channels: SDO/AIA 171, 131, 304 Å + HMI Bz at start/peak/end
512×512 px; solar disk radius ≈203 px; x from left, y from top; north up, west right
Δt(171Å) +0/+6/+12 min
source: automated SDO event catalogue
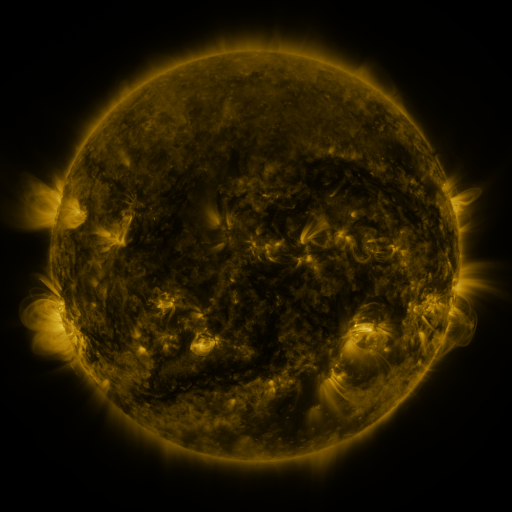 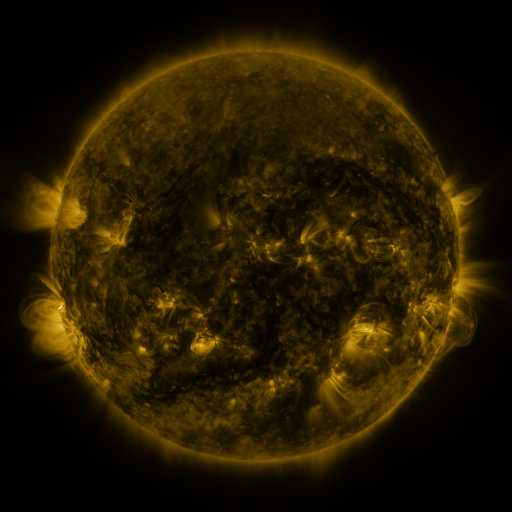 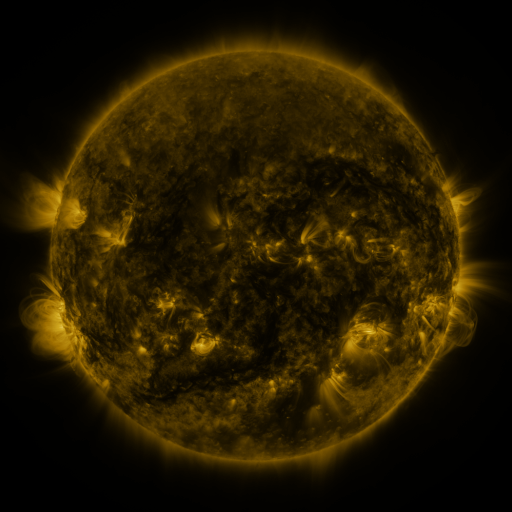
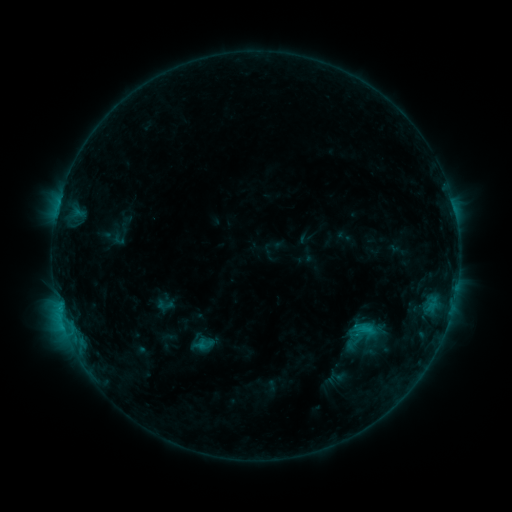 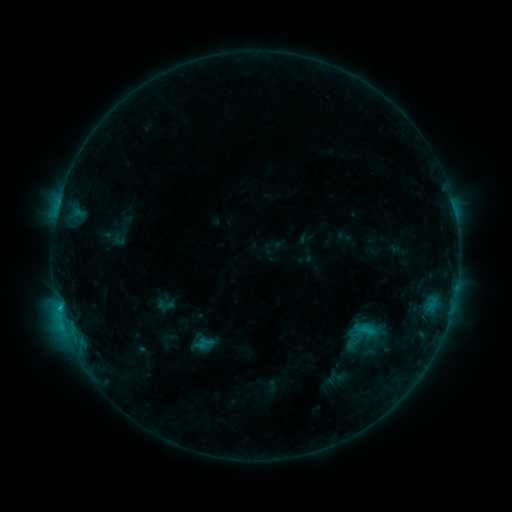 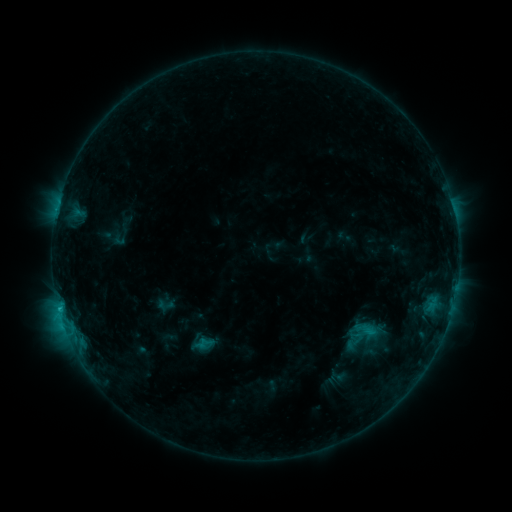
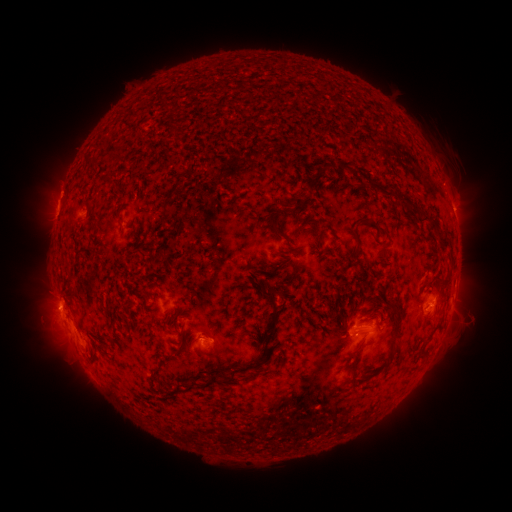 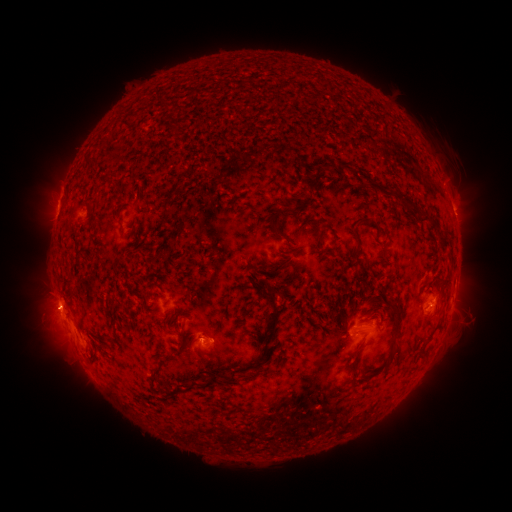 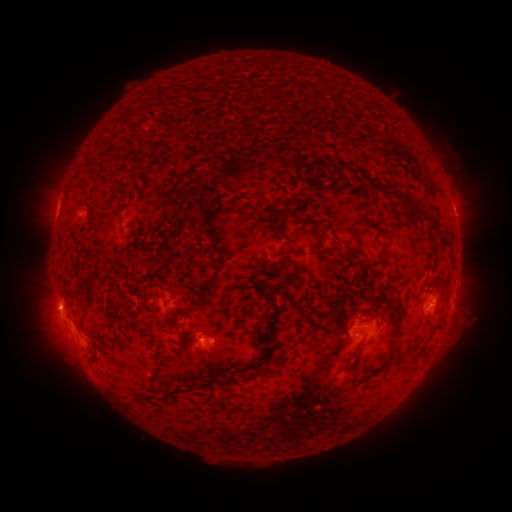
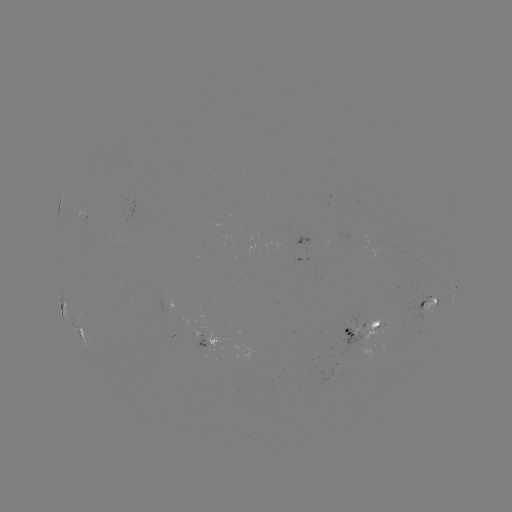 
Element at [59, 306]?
C1.5 flare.